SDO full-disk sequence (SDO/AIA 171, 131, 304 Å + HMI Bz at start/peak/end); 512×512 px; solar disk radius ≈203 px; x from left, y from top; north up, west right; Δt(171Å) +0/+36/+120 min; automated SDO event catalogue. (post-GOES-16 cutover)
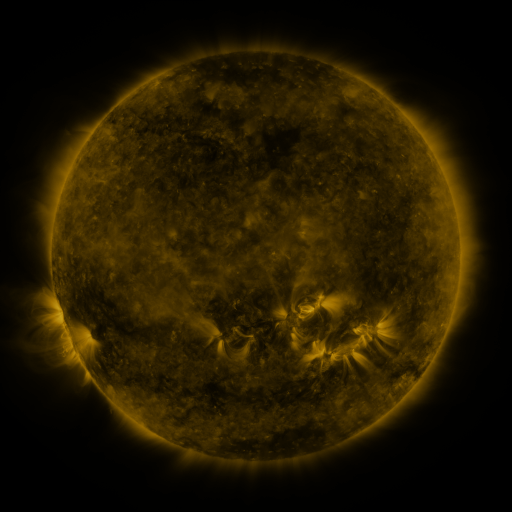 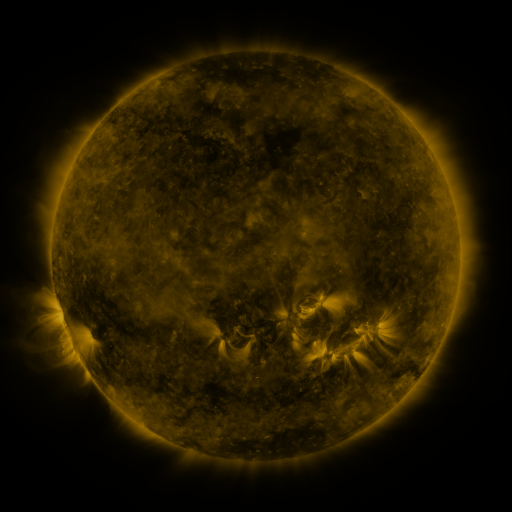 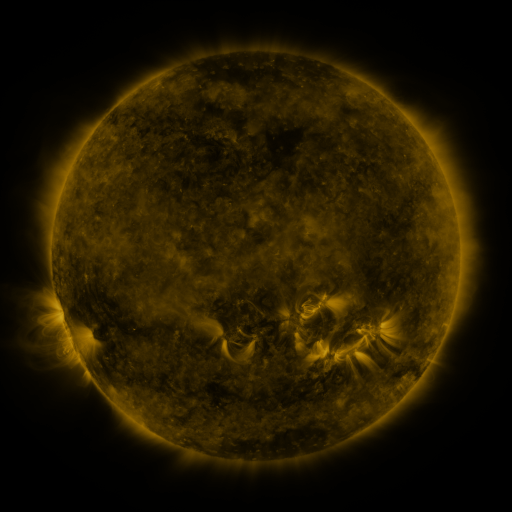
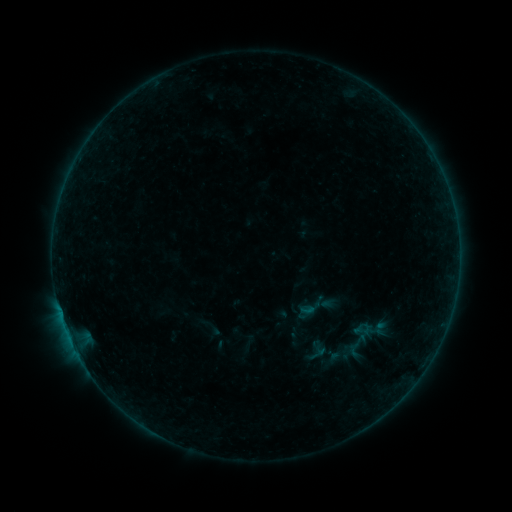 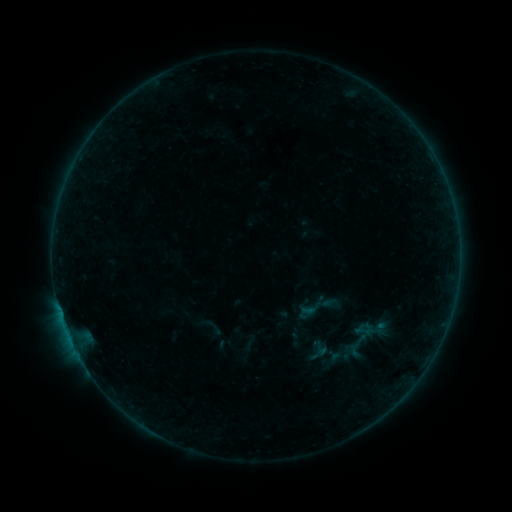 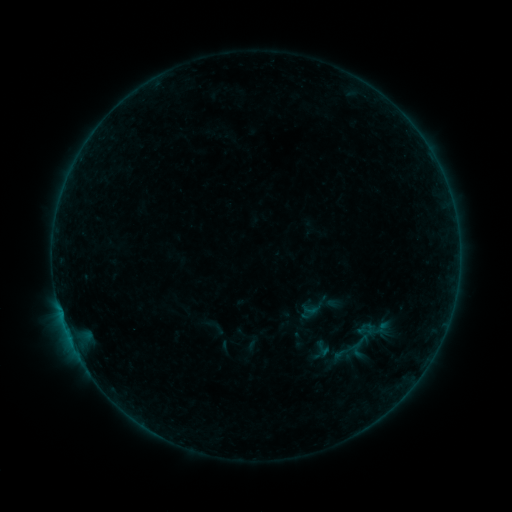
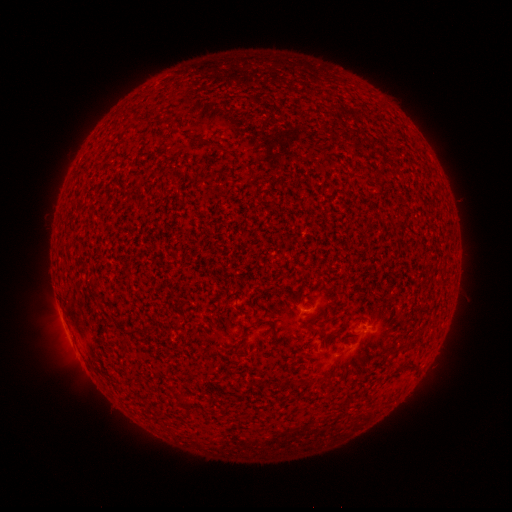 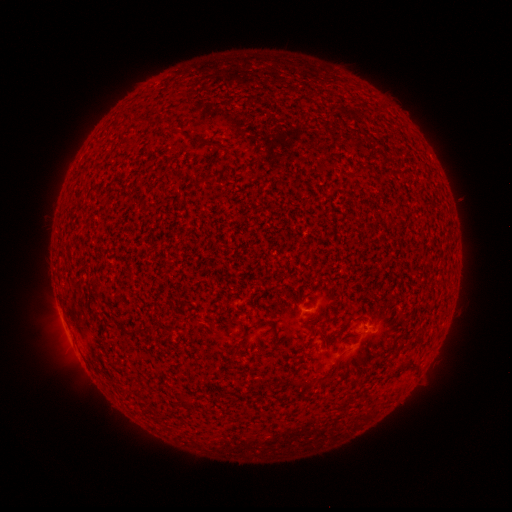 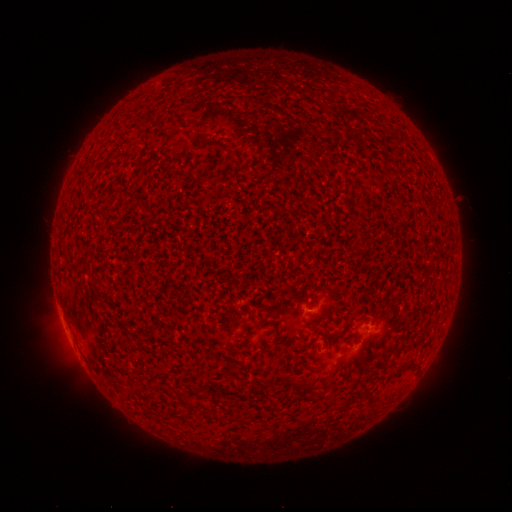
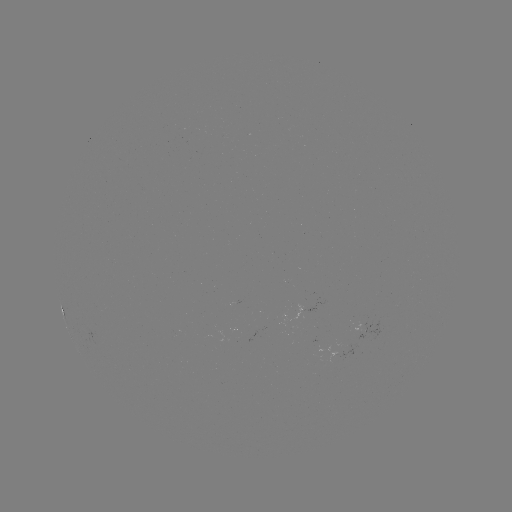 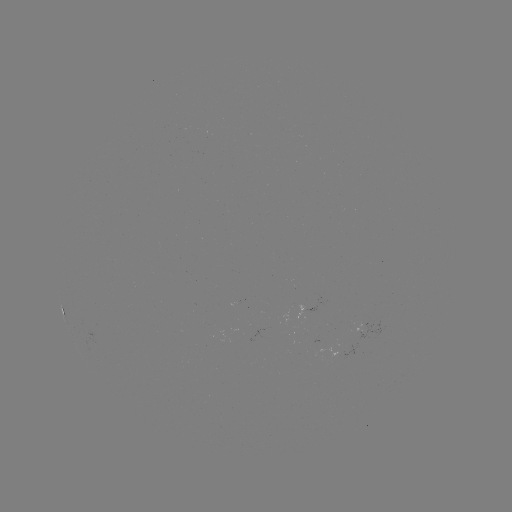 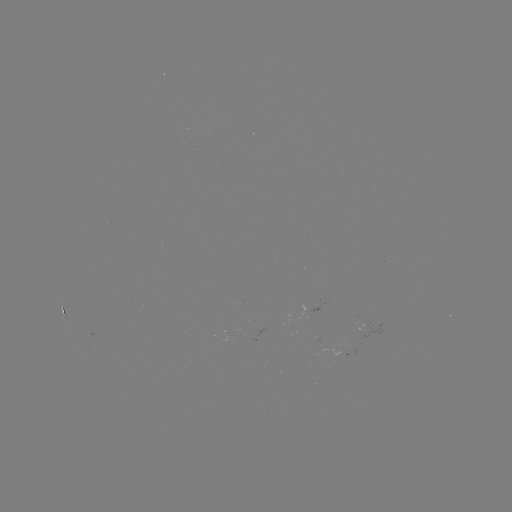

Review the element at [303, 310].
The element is A9.7 flare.